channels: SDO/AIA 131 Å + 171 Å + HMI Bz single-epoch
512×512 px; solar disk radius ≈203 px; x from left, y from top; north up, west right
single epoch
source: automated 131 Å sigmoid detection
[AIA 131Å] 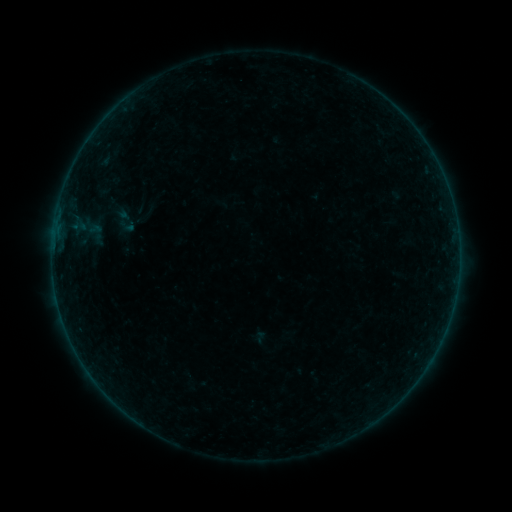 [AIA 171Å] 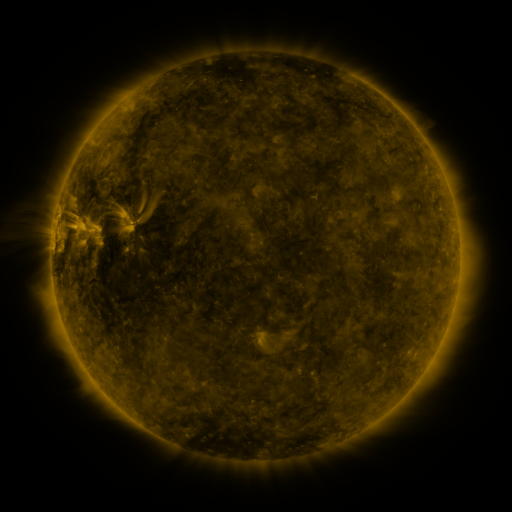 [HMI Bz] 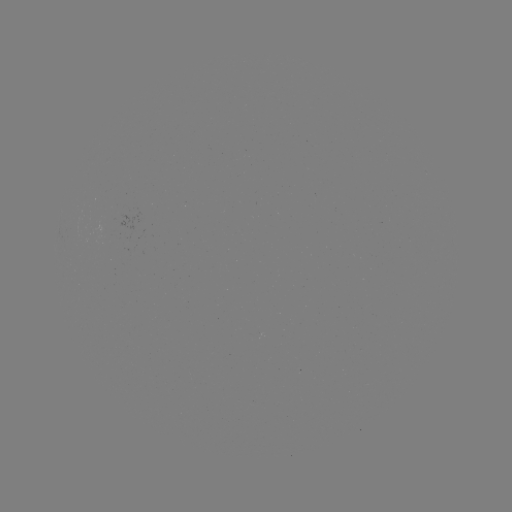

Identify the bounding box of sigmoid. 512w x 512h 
[118, 216, 136, 234].